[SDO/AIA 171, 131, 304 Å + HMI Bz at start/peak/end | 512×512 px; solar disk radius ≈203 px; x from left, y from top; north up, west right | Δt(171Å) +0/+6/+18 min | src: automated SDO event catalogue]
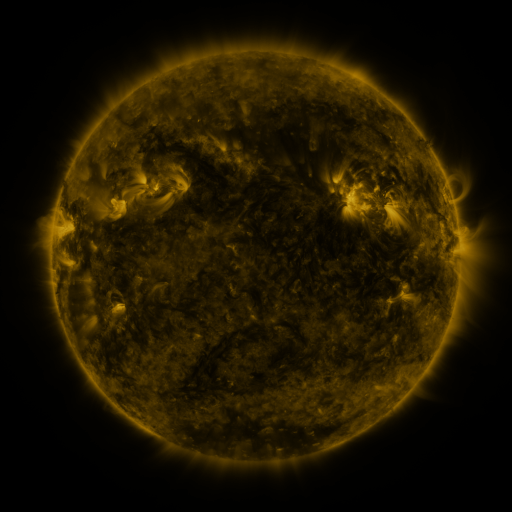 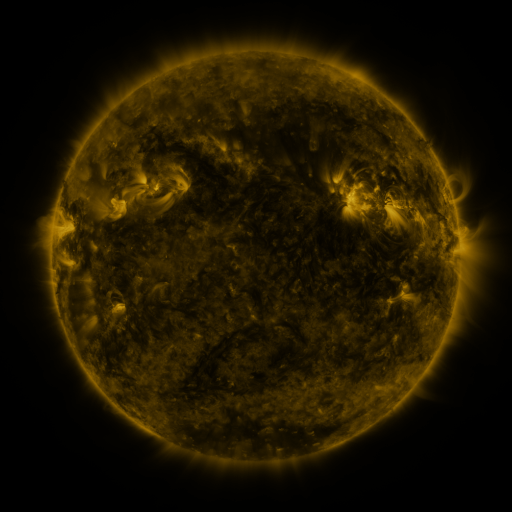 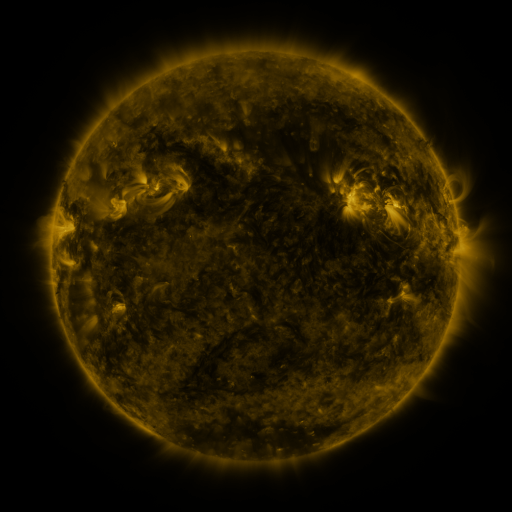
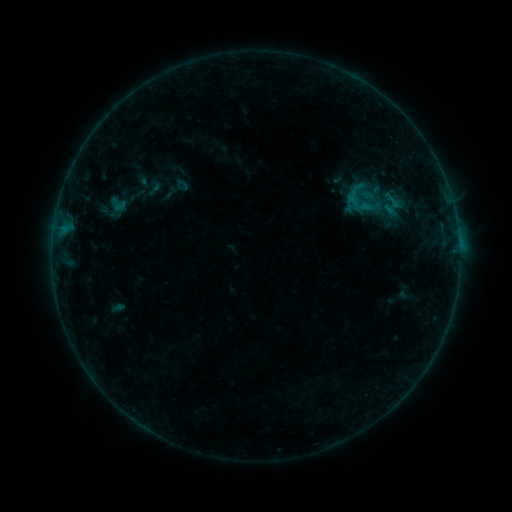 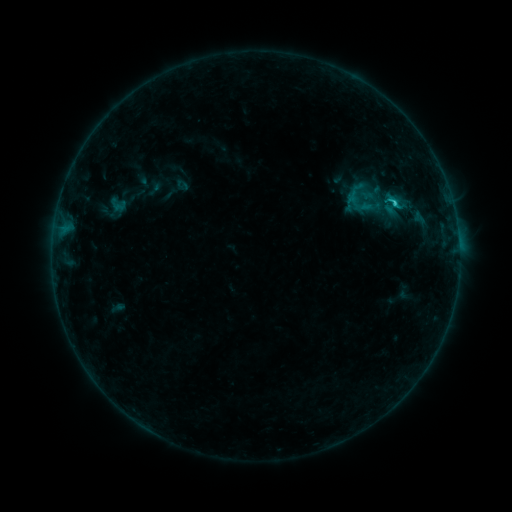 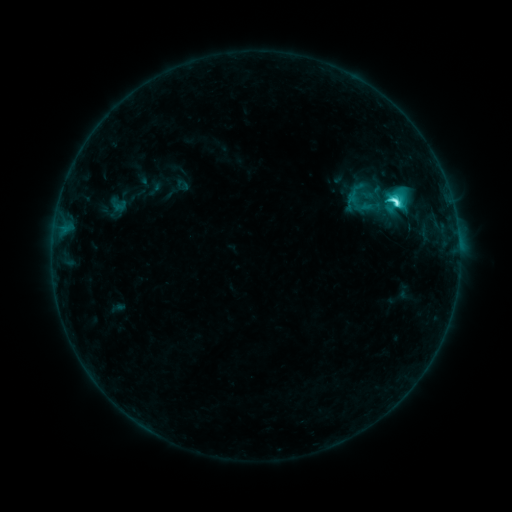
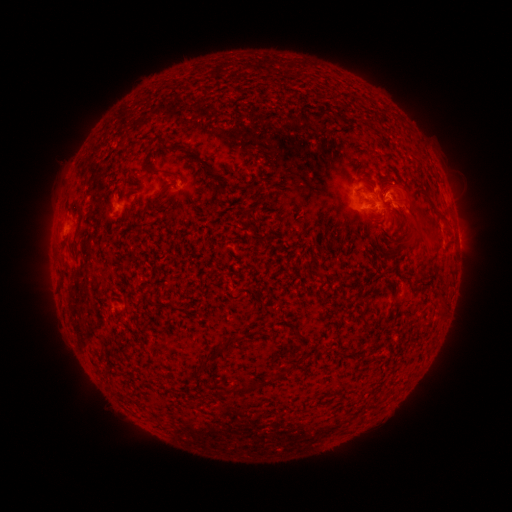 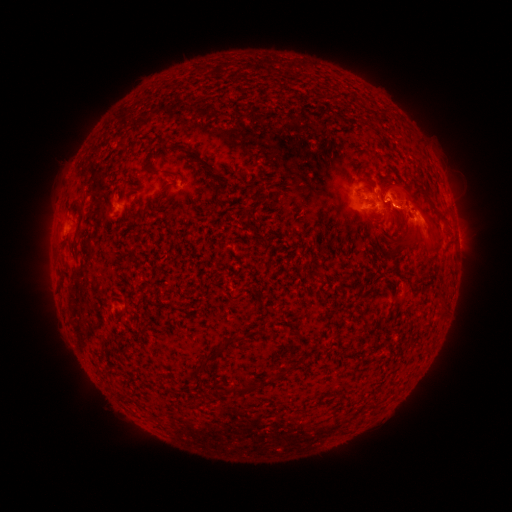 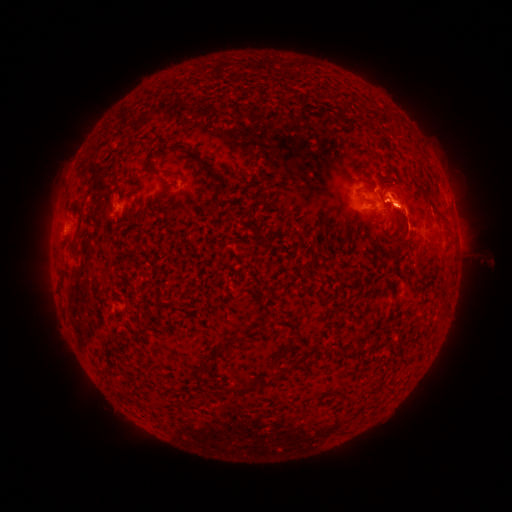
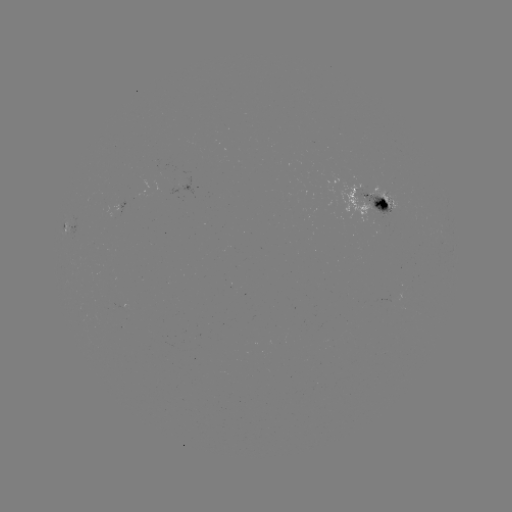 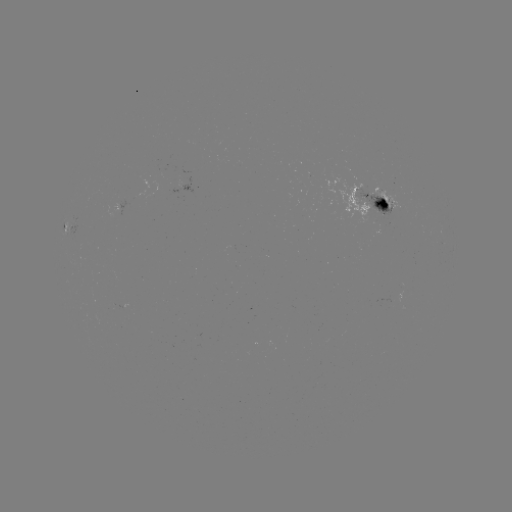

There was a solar eruption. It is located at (419, 276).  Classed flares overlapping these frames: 1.